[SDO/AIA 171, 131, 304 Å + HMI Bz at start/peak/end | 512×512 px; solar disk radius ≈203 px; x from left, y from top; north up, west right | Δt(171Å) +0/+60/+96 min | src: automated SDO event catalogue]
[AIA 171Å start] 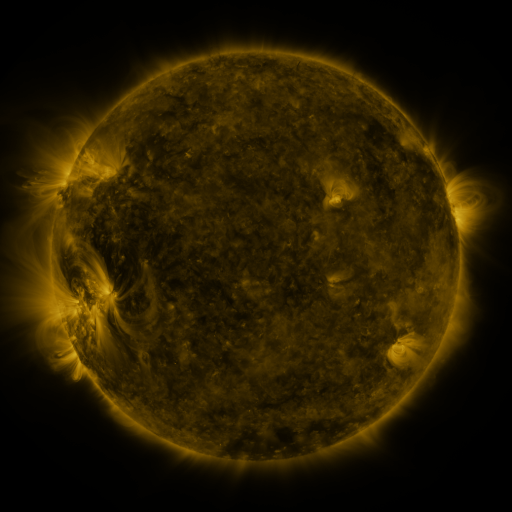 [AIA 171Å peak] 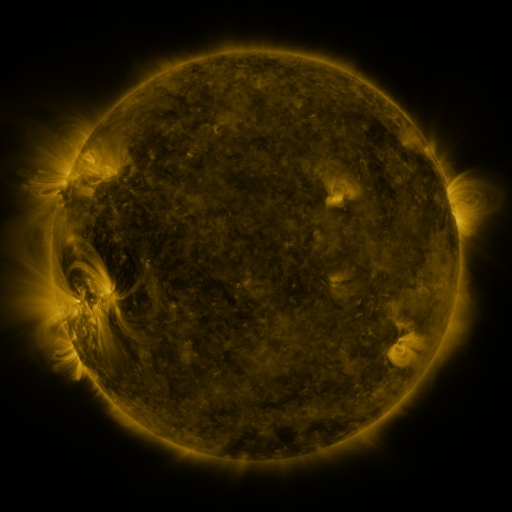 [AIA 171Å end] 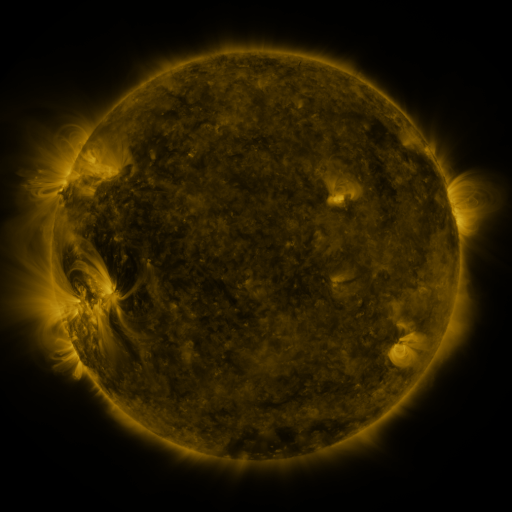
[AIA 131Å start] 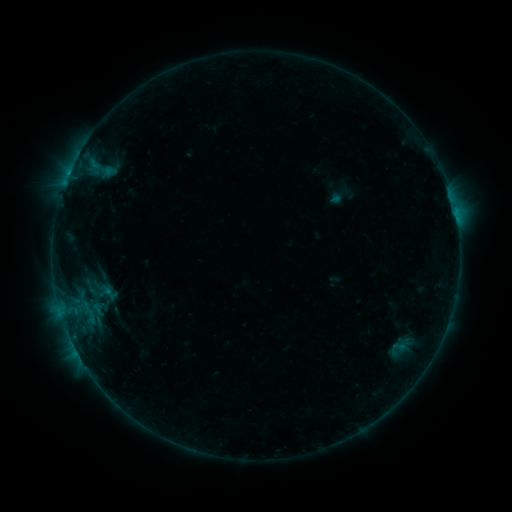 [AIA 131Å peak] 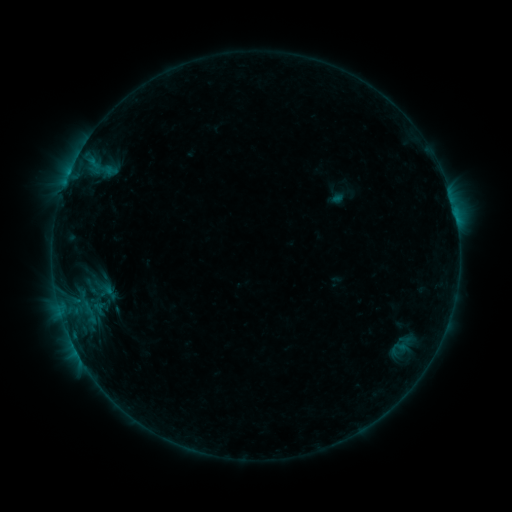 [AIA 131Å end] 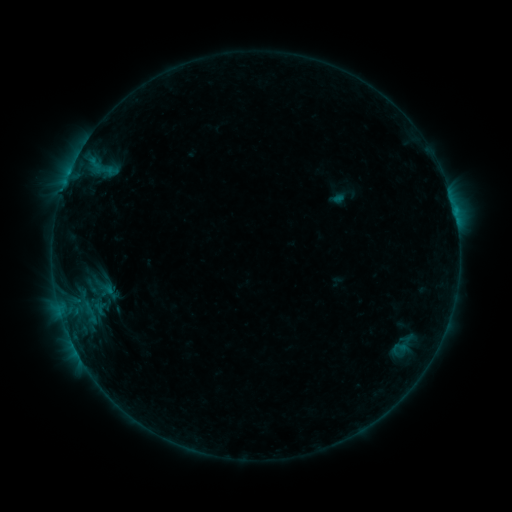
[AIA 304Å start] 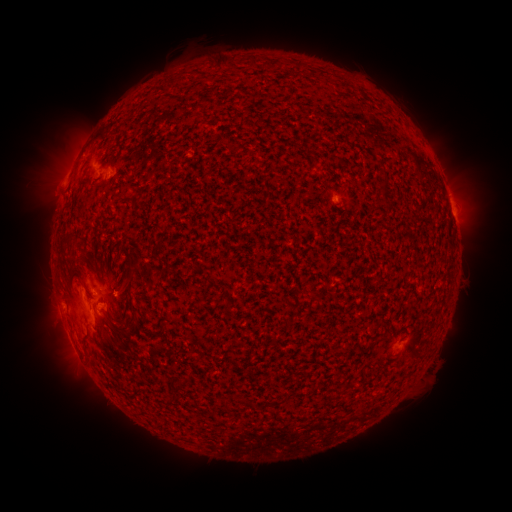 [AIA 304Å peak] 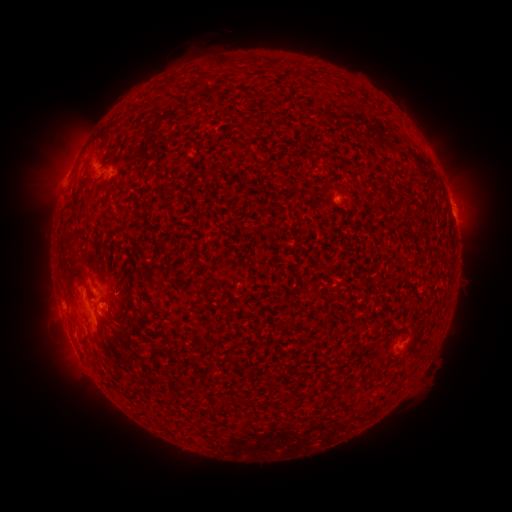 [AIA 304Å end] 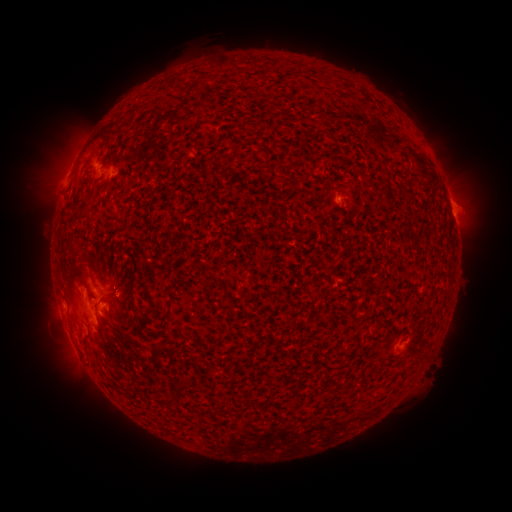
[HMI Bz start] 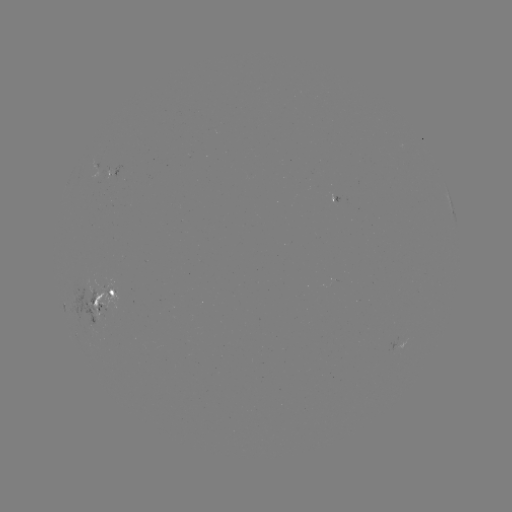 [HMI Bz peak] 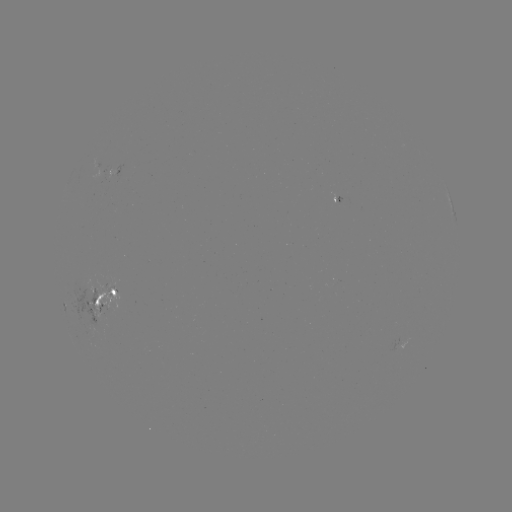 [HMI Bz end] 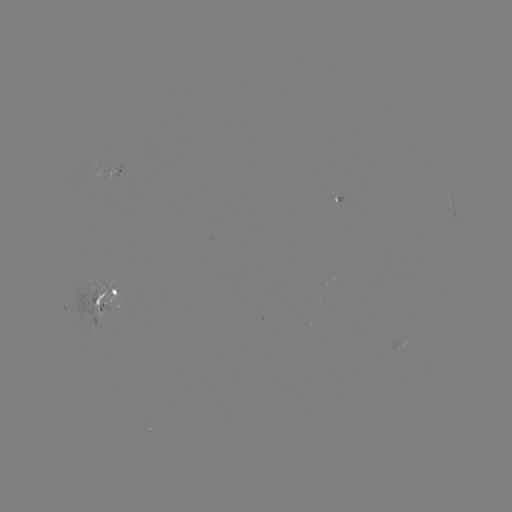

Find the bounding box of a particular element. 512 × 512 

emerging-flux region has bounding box [106, 284, 118, 293].